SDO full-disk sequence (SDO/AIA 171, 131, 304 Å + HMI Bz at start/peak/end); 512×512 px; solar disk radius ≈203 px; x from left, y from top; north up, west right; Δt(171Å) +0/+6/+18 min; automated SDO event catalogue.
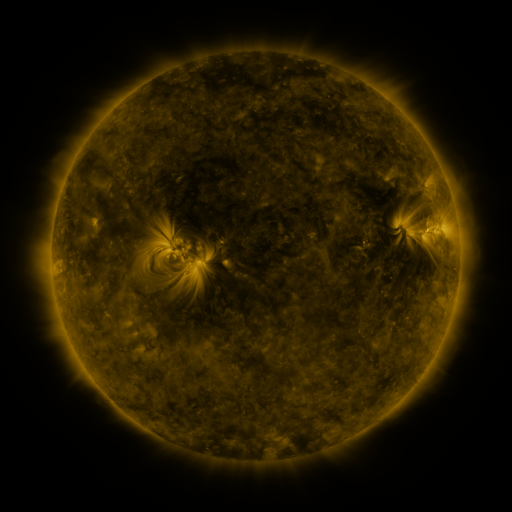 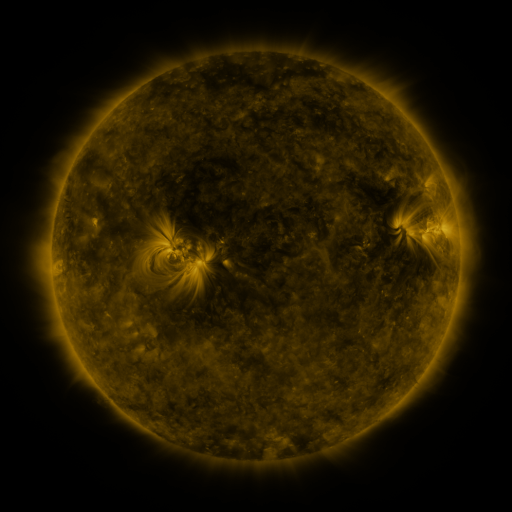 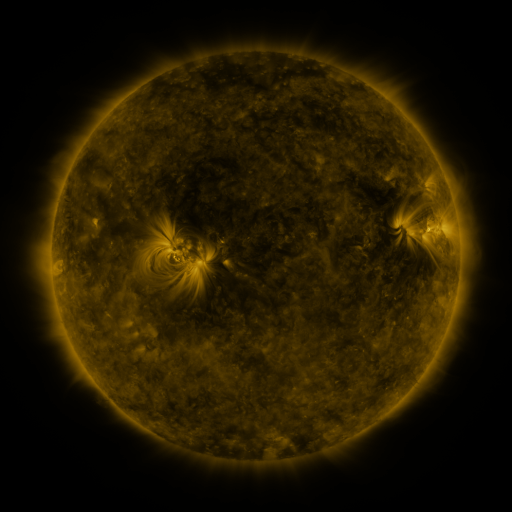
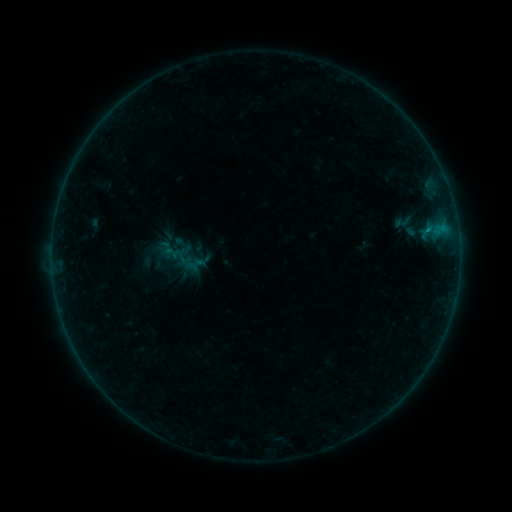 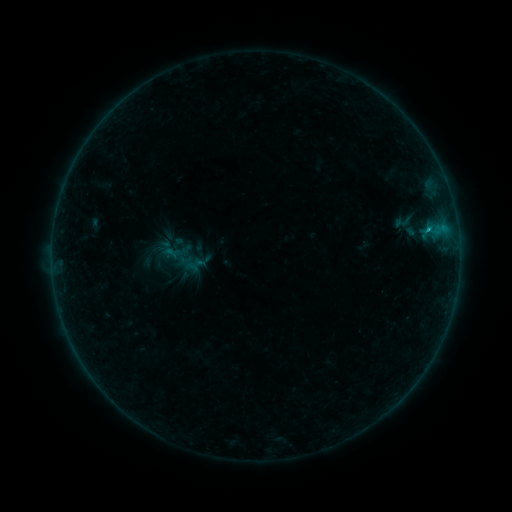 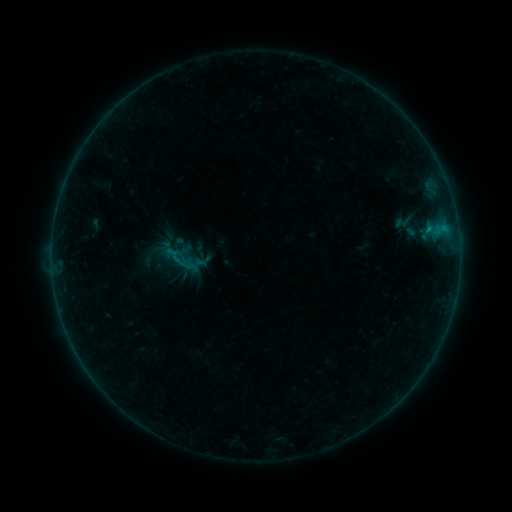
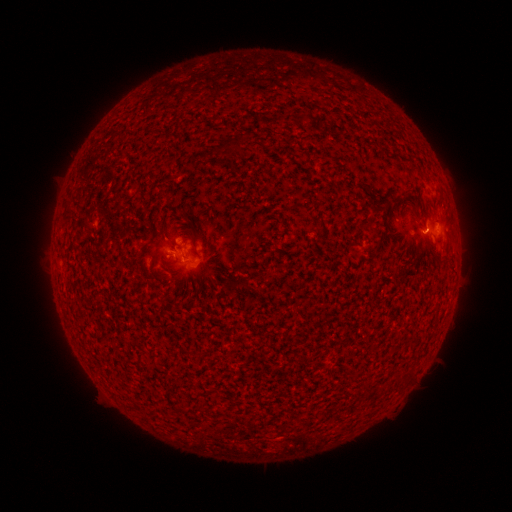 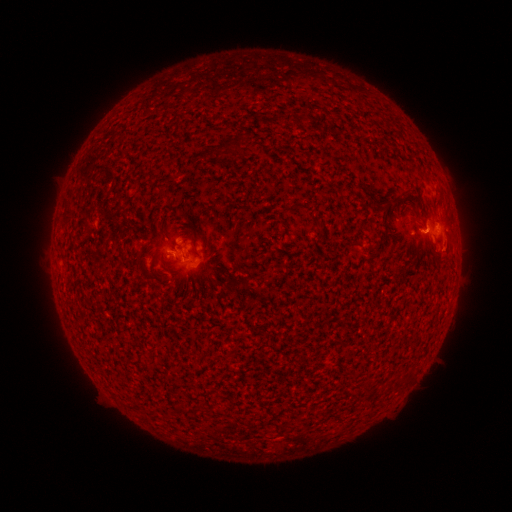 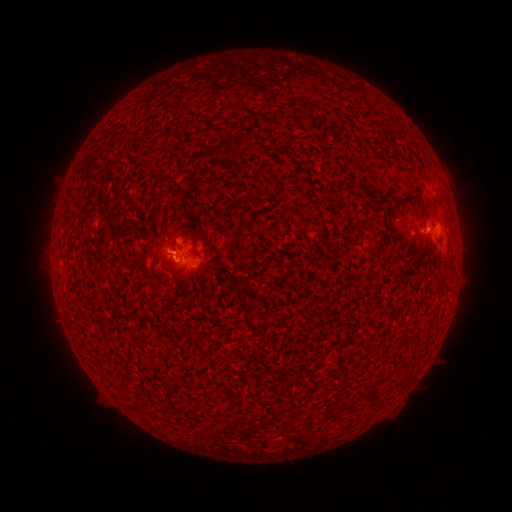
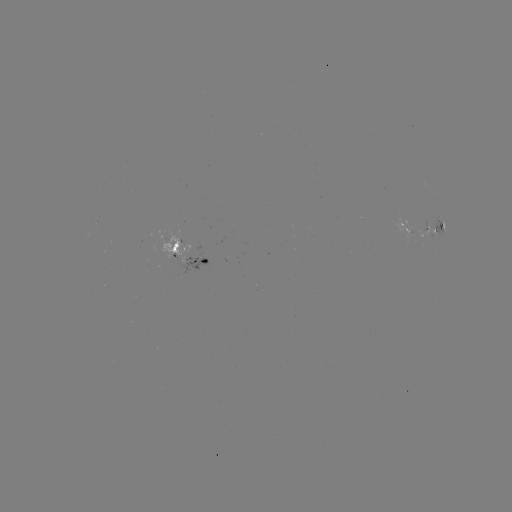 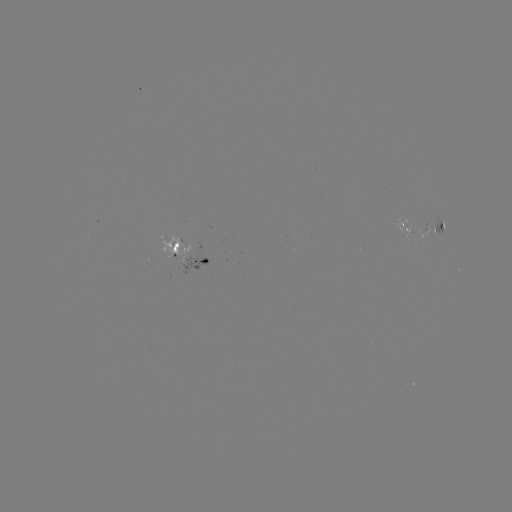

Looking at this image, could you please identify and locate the B4.6 flare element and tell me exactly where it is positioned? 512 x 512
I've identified B4.6 flare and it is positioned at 427,233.